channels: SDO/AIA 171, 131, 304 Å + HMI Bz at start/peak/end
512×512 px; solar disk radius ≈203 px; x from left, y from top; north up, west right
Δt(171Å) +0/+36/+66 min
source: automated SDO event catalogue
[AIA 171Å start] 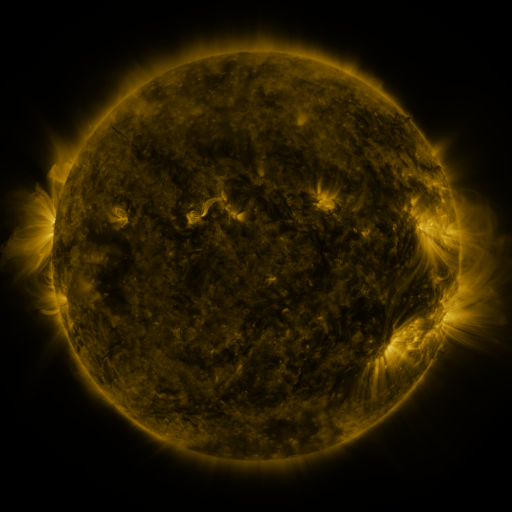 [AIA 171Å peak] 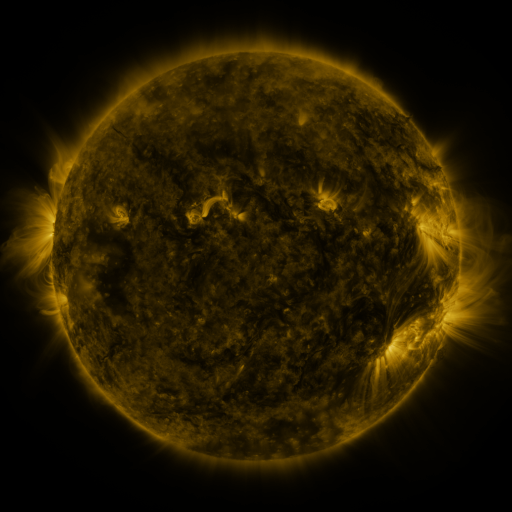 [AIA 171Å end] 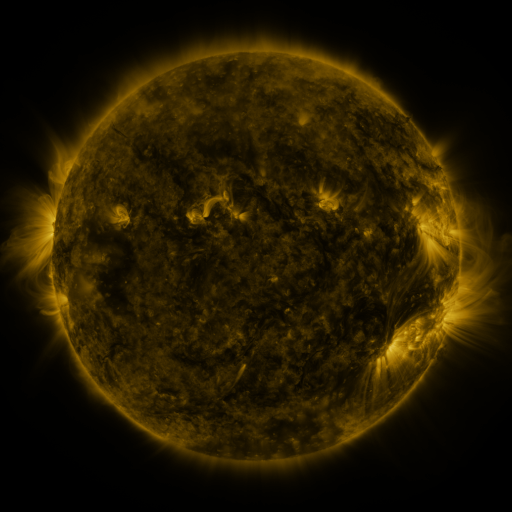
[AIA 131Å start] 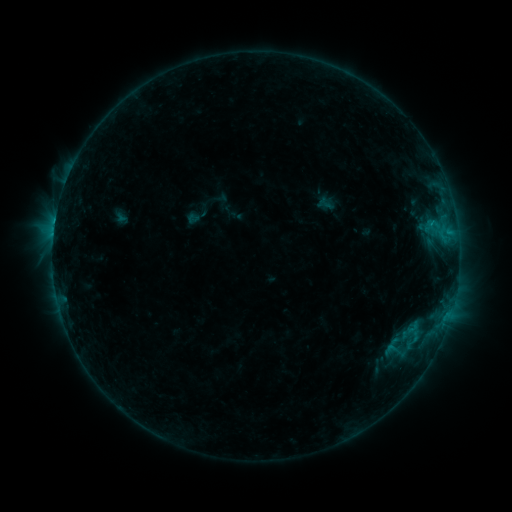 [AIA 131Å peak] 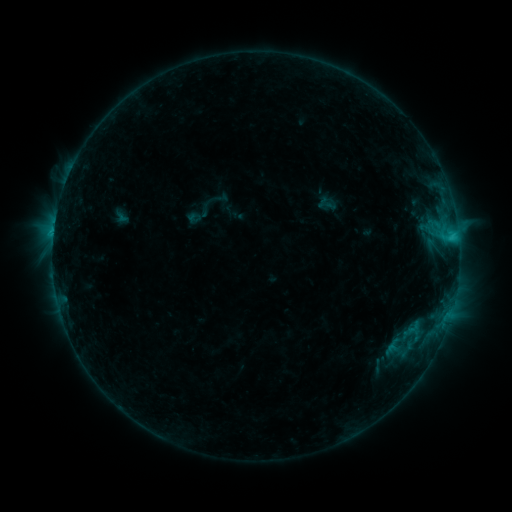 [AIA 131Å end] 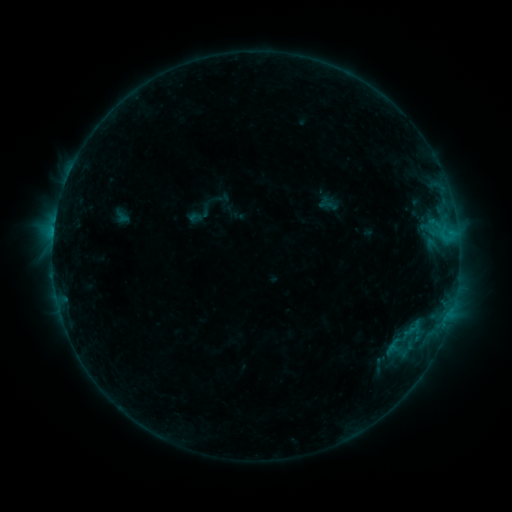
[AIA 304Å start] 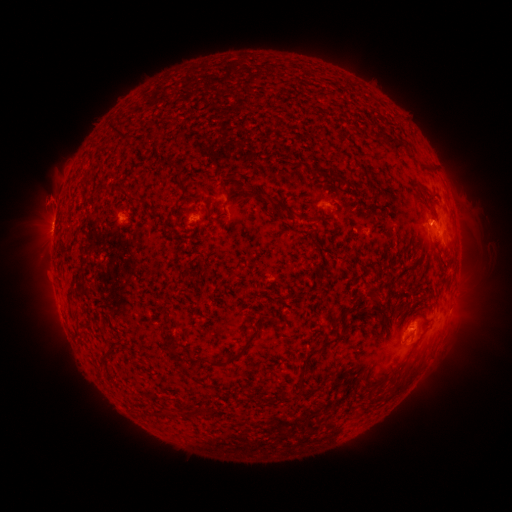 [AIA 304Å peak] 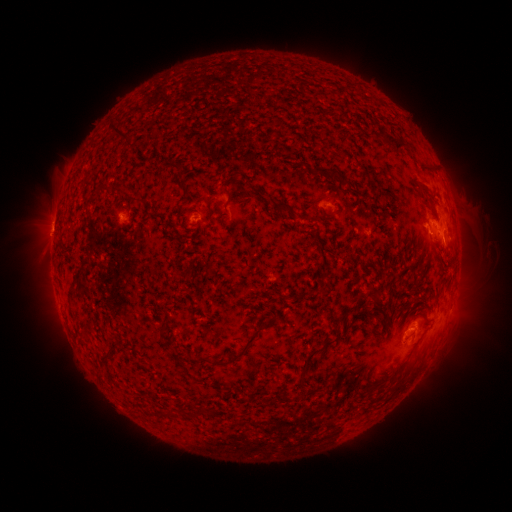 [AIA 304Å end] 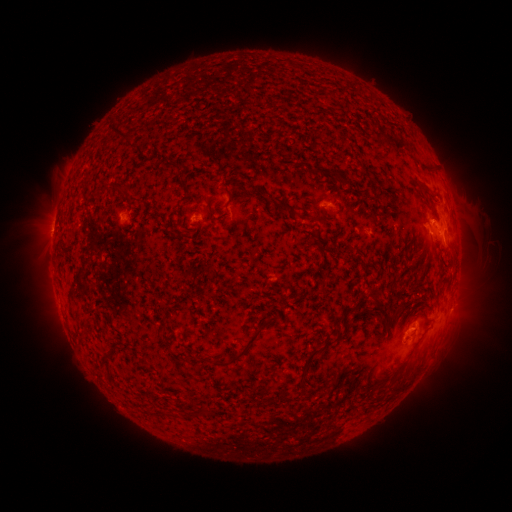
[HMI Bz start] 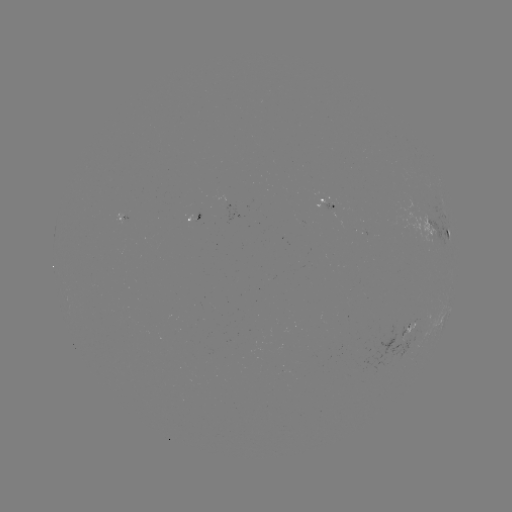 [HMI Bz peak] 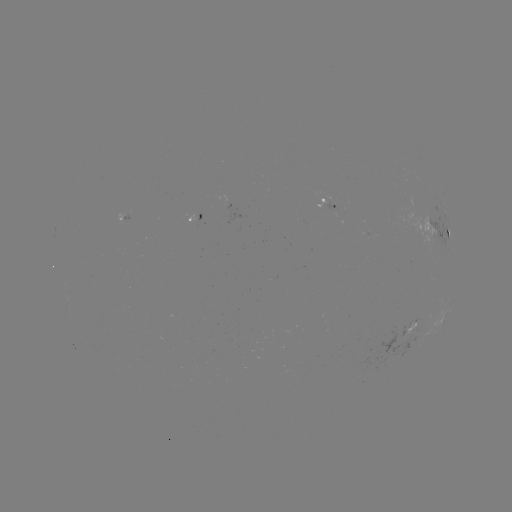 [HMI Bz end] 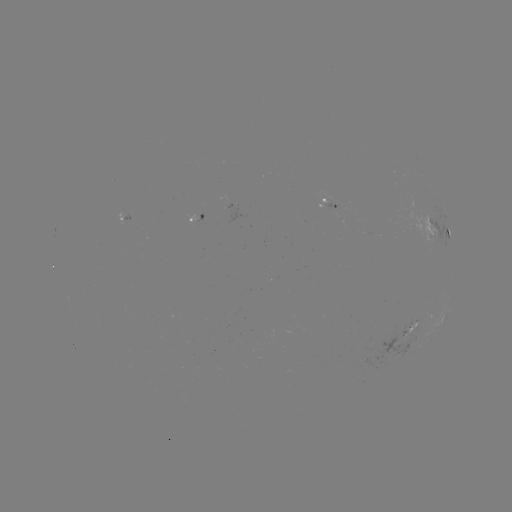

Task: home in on C1.8 flare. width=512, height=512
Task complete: (451, 239).